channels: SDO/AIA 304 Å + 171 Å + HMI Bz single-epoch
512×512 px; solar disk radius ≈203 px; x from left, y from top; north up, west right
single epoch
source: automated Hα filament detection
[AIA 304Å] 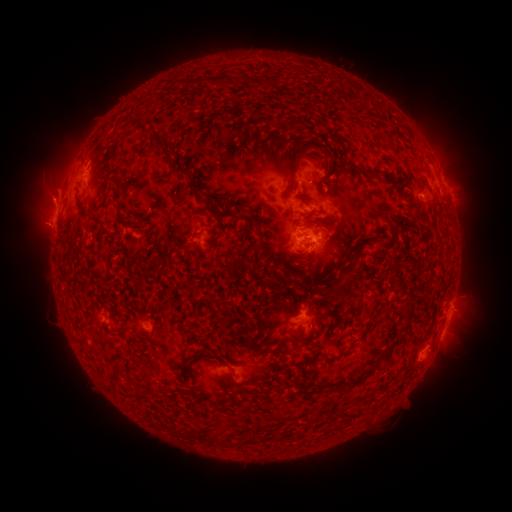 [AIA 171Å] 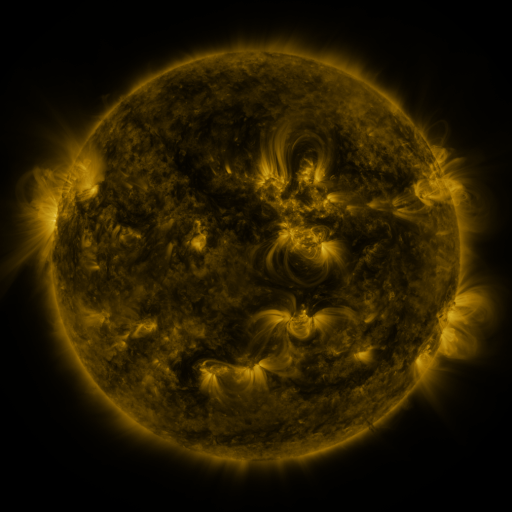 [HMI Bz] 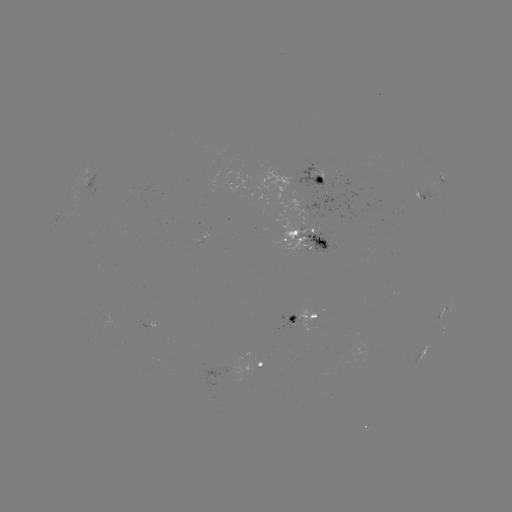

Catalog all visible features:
filament: [292, 149, 303, 168]
filament: [318, 157, 328, 172]
filament: [357, 169, 390, 179]
filament: [206, 205, 254, 231]
filament: [315, 239, 326, 251]
filament: [331, 275, 354, 300]
filament: [303, 297, 322, 311]
filament: [286, 315, 295, 324]
filament: [348, 376, 367, 388]
